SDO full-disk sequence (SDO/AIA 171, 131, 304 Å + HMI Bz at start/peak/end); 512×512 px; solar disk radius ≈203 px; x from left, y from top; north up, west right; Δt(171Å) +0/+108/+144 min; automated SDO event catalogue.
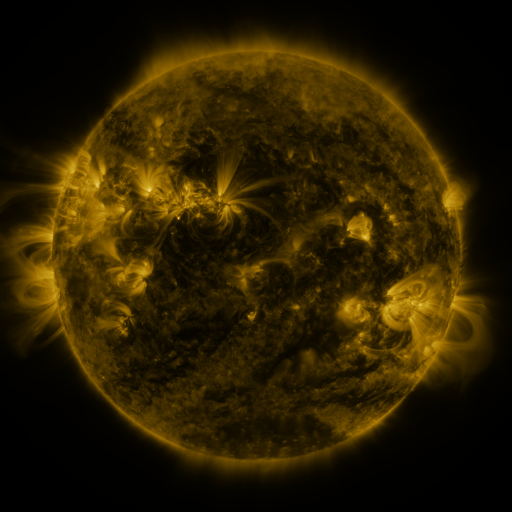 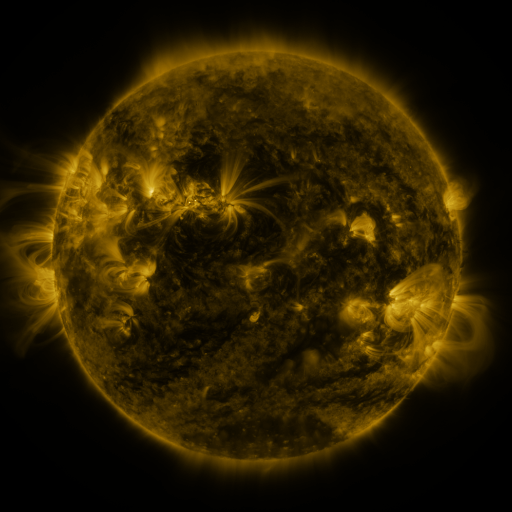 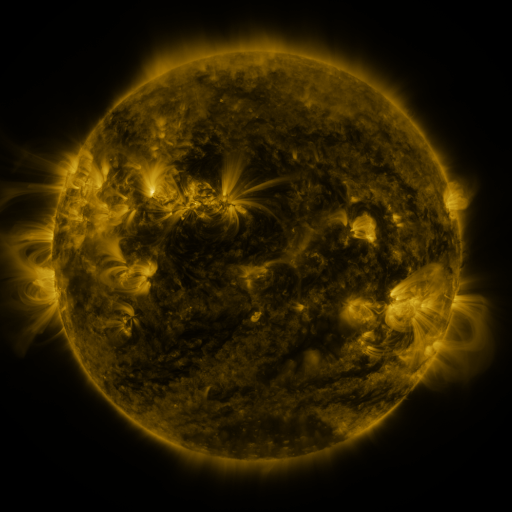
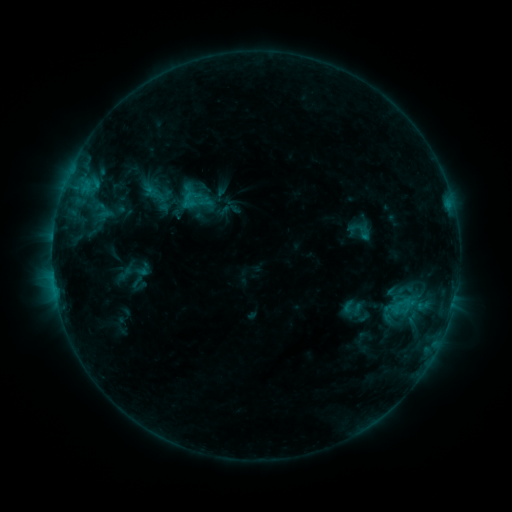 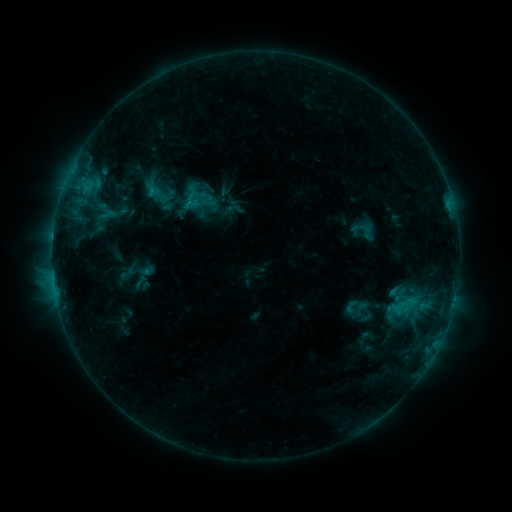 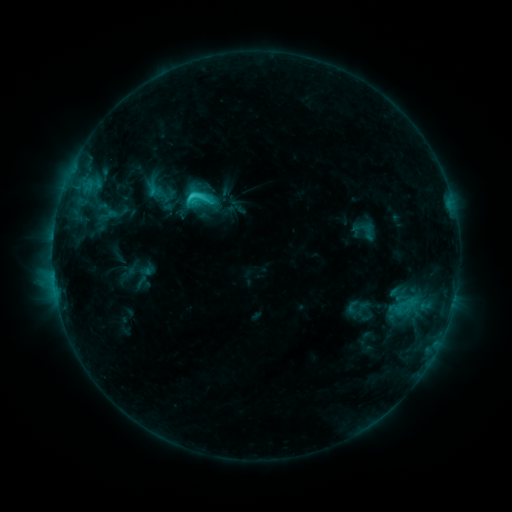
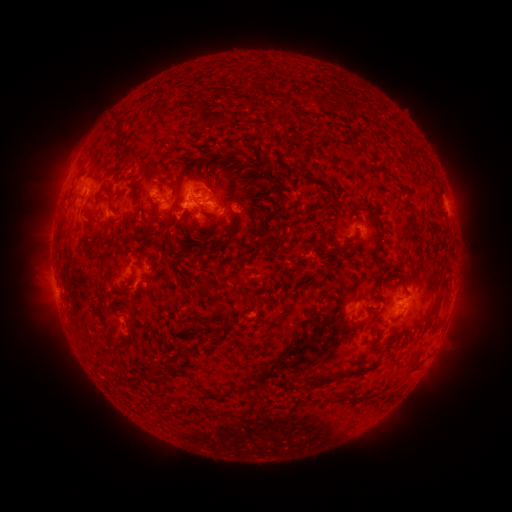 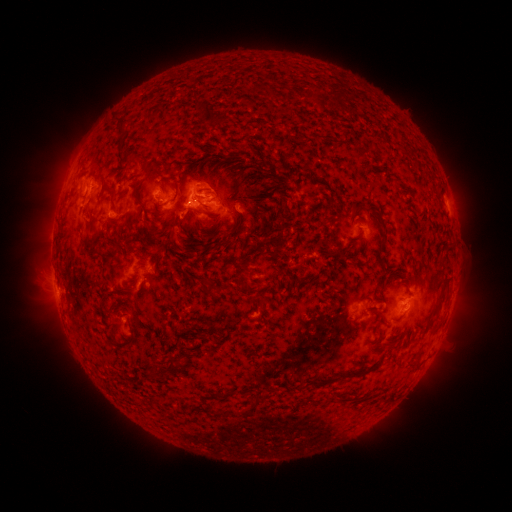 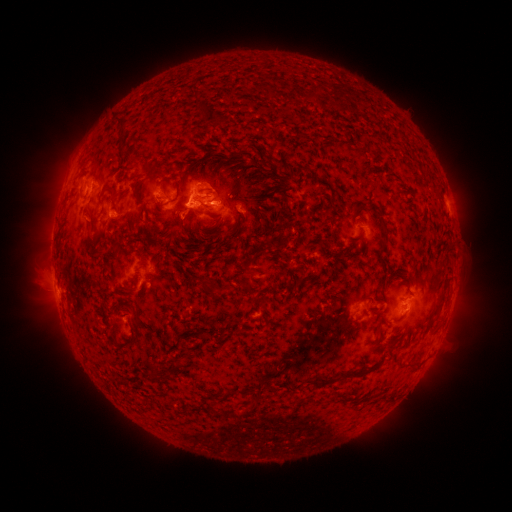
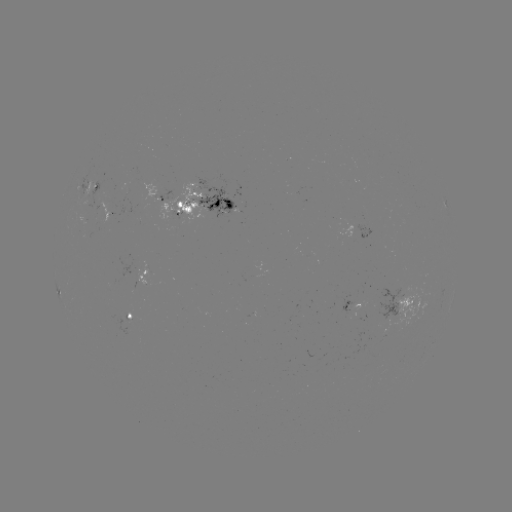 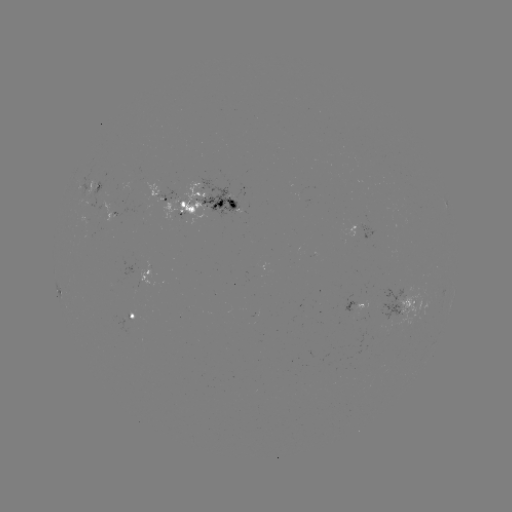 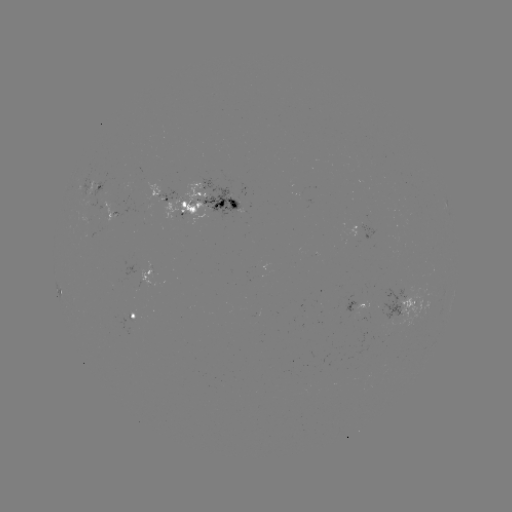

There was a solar emerging-flux region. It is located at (112, 205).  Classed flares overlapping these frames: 1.